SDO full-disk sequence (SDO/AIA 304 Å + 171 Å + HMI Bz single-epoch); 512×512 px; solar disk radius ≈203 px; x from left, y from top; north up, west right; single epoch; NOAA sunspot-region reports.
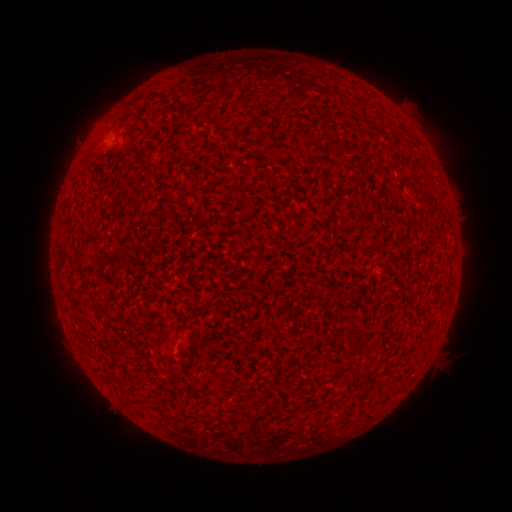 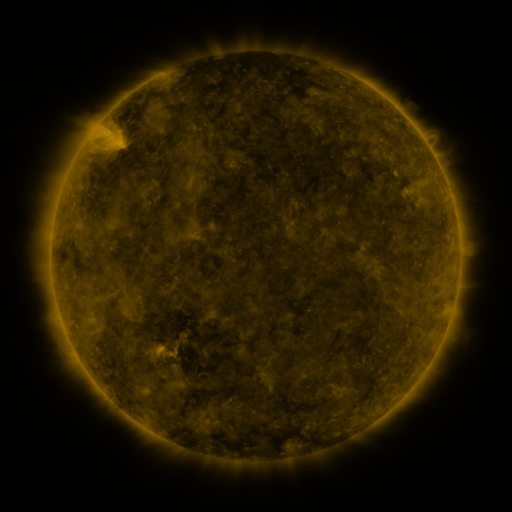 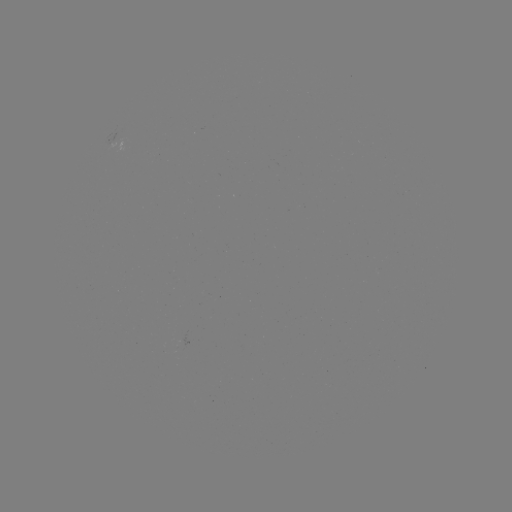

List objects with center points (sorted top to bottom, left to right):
(none)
